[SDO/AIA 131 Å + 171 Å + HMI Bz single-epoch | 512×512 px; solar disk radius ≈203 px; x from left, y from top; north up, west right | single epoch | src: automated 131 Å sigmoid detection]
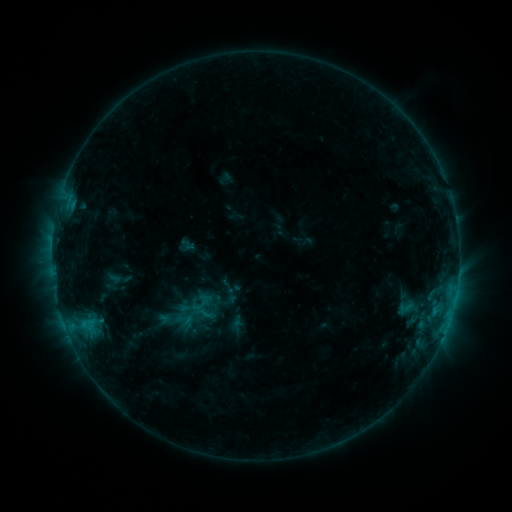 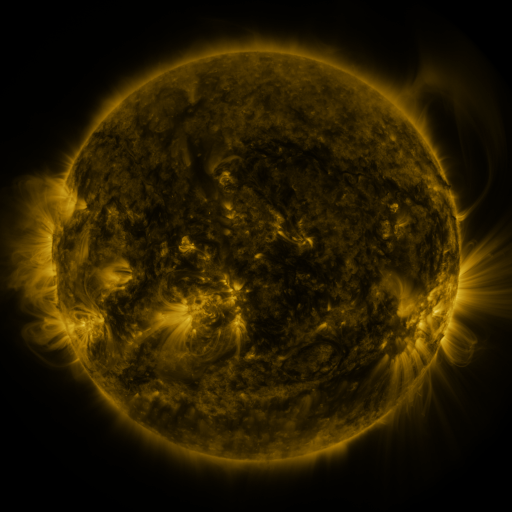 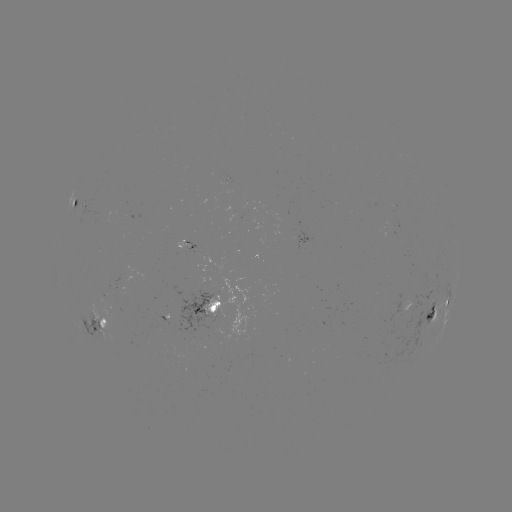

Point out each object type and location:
sigmoid: (201, 305)
sigmoid: (406, 307)
